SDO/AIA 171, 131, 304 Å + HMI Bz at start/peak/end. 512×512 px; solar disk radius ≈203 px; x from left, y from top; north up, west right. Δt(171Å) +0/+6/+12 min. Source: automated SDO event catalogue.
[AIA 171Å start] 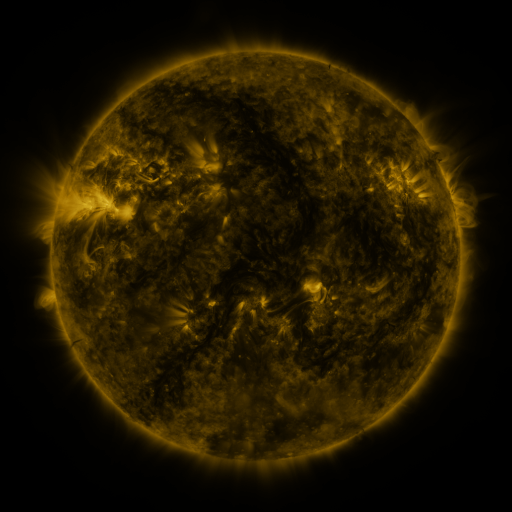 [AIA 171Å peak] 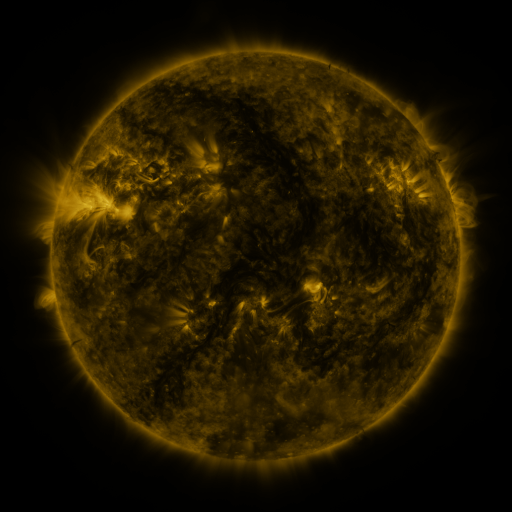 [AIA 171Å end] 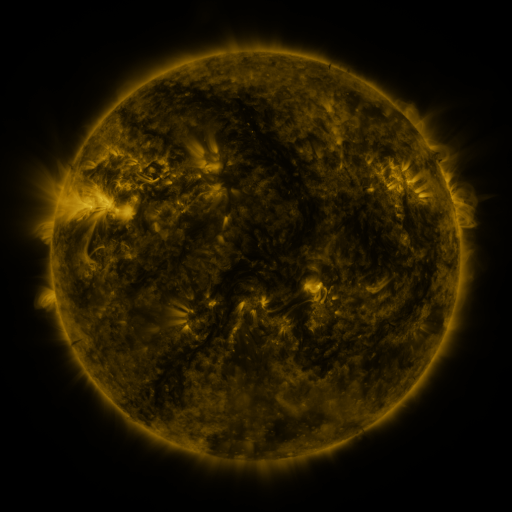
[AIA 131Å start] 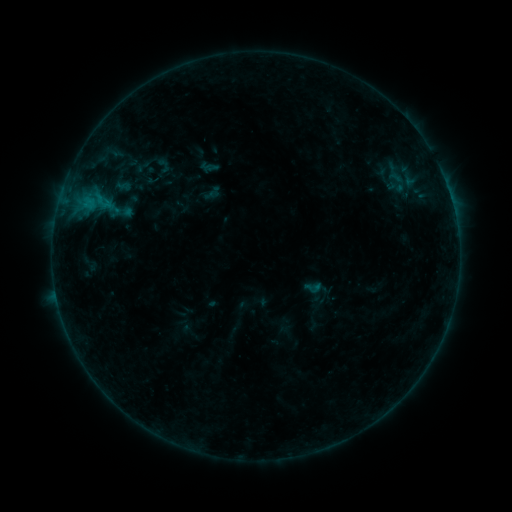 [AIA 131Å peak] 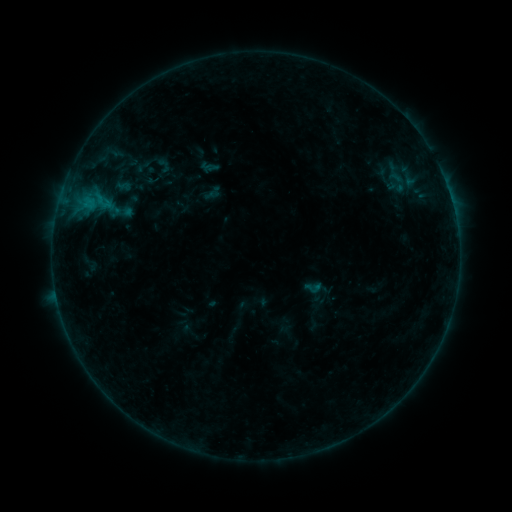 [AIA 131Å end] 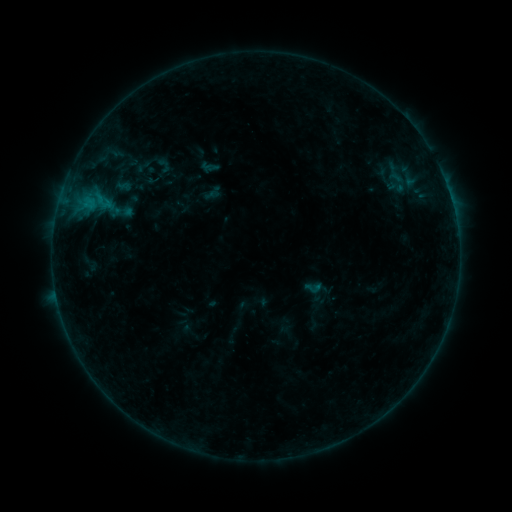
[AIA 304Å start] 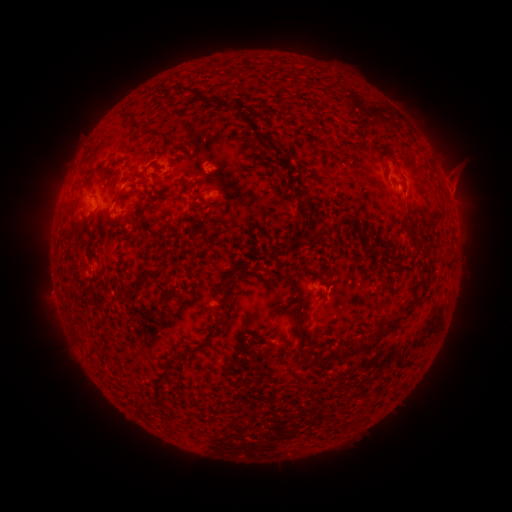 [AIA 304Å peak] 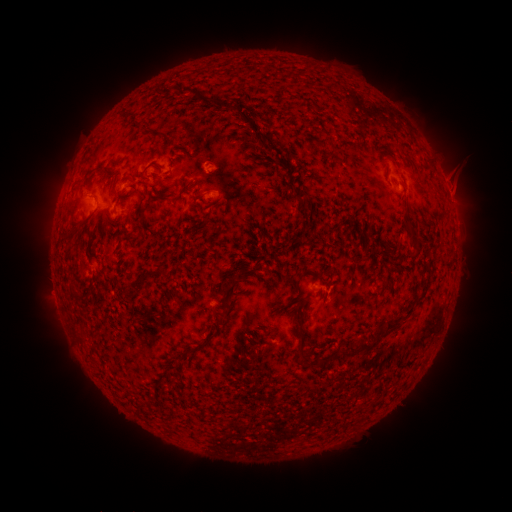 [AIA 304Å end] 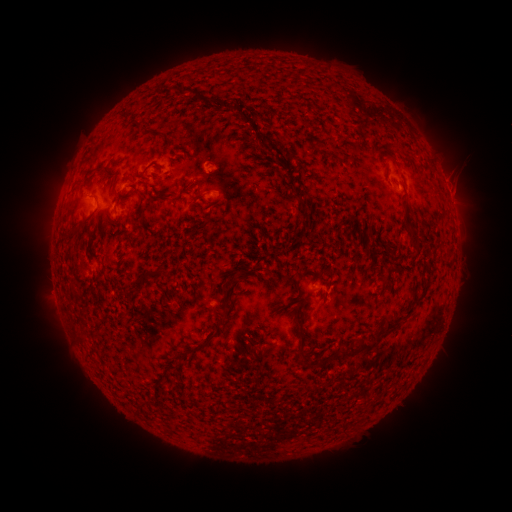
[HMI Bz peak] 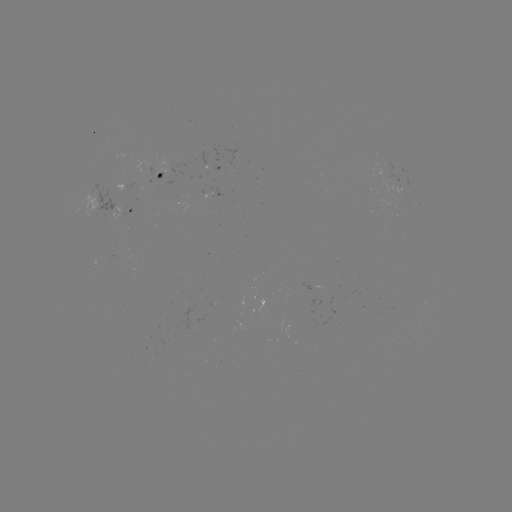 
no catalogued flare and no flagged EUV brightening in this window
